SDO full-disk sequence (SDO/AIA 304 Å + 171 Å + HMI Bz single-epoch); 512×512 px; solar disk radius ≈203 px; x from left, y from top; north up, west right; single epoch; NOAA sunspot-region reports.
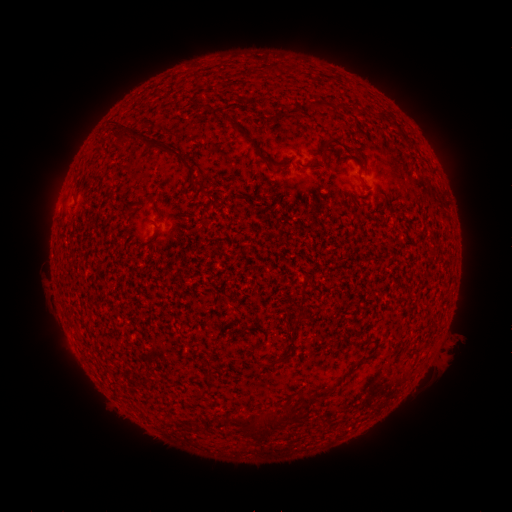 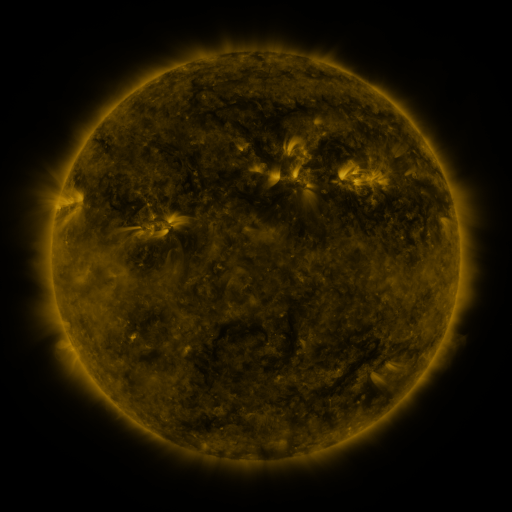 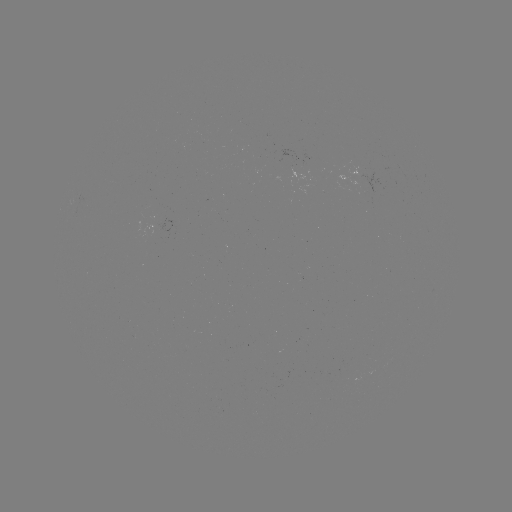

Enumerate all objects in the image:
(none)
